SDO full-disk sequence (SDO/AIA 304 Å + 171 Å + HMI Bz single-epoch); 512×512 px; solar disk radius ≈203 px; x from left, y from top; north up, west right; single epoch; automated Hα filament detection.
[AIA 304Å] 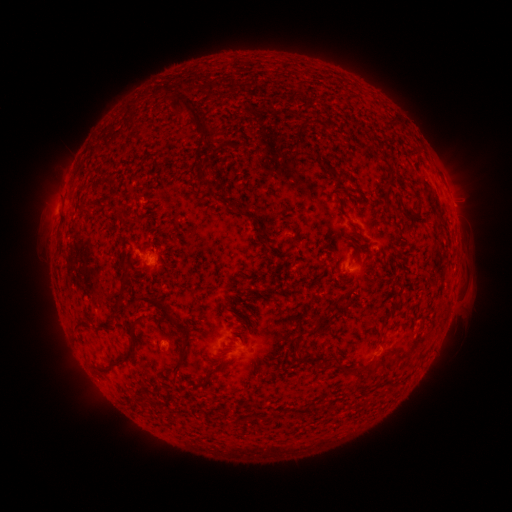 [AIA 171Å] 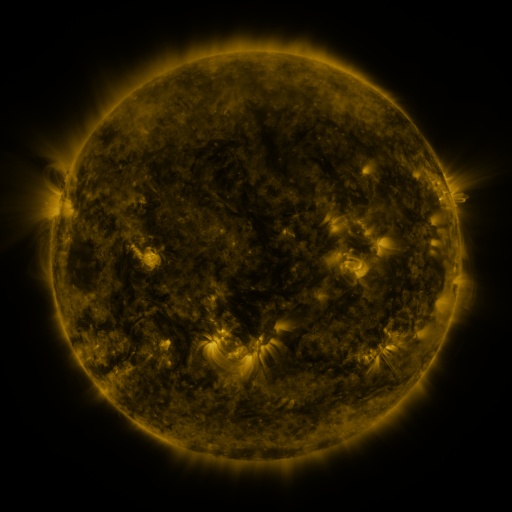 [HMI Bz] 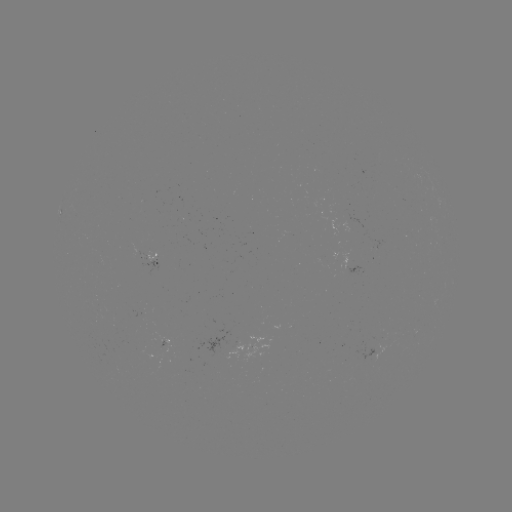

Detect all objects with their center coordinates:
filament: (167, 100, 183, 122)
filament: (178, 100, 192, 115)
filament: (385, 114, 400, 123)
filament: (190, 117, 214, 142)
filament: (294, 119, 309, 138)
filament: (377, 154, 393, 172)
filament: (324, 163, 334, 174)
filament: (335, 166, 351, 180)
filament: (408, 189, 422, 219)
filament: (385, 199, 395, 209)
filament: (78, 205, 88, 215)
filament: (233, 210, 246, 217)
filament: (113, 276, 130, 315)
filament: (136, 295, 179, 331)
filament: (330, 297, 339, 307)
filament: (382, 307, 395, 324)
filament: (307, 311, 333, 338)
filament: (74, 321, 89, 332)
filament: (102, 321, 141, 375)
filament: (177, 328, 192, 372)
filament: (293, 336, 320, 367)
filament: (336, 358, 362, 373)
filament: (192, 368, 218, 388)
